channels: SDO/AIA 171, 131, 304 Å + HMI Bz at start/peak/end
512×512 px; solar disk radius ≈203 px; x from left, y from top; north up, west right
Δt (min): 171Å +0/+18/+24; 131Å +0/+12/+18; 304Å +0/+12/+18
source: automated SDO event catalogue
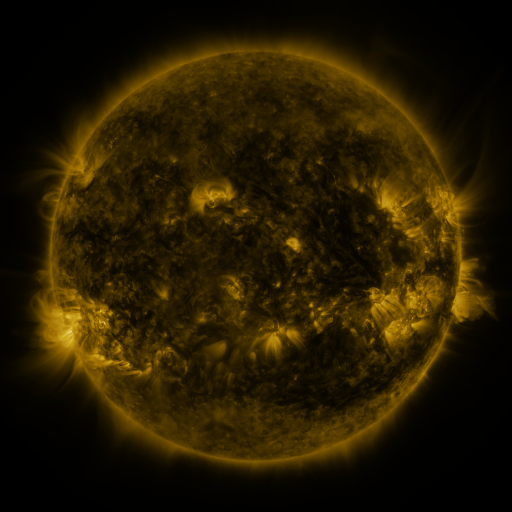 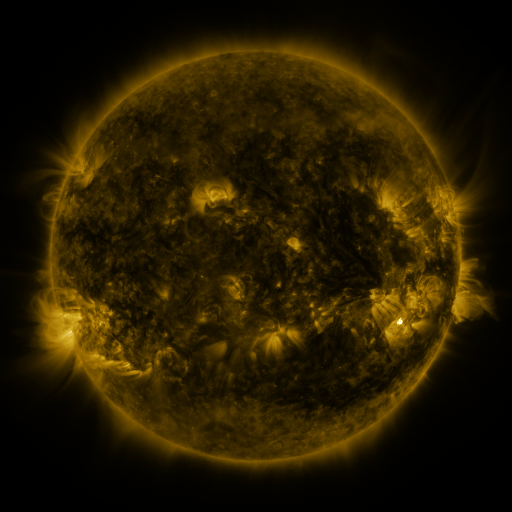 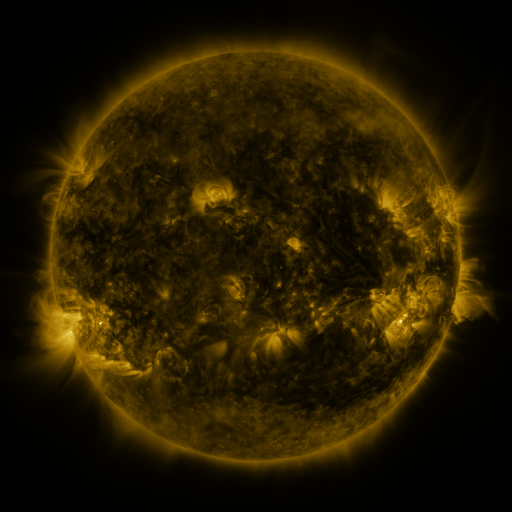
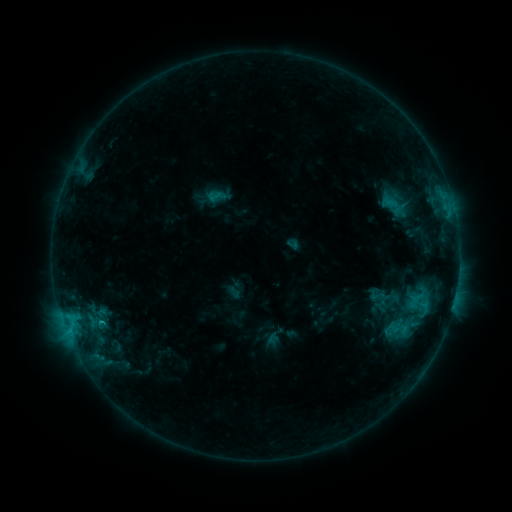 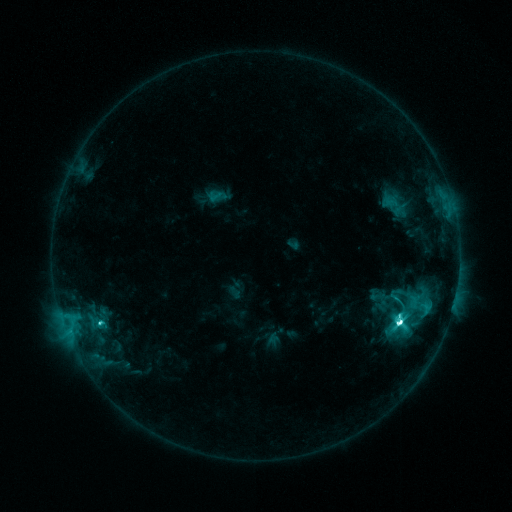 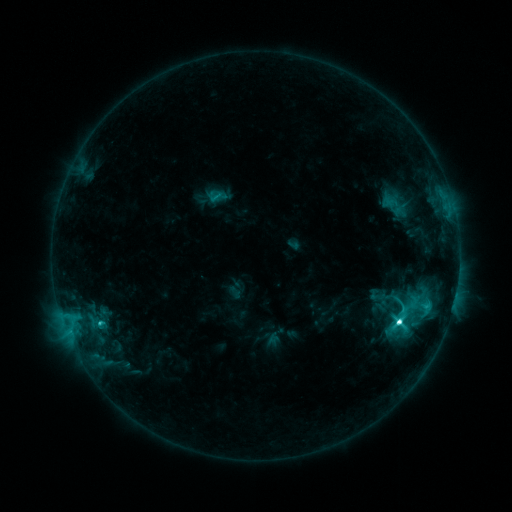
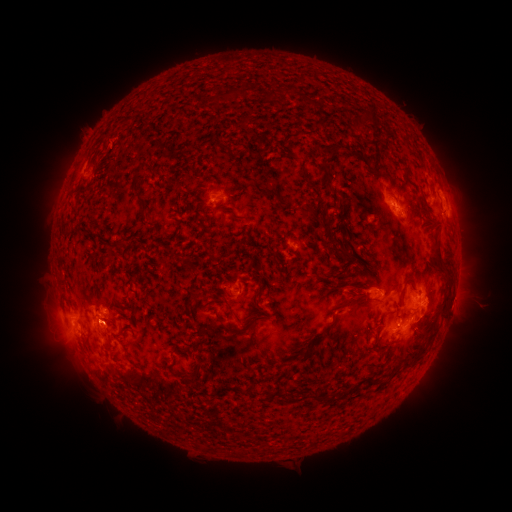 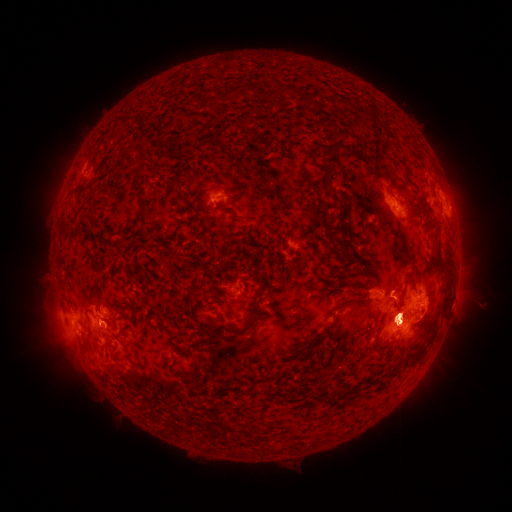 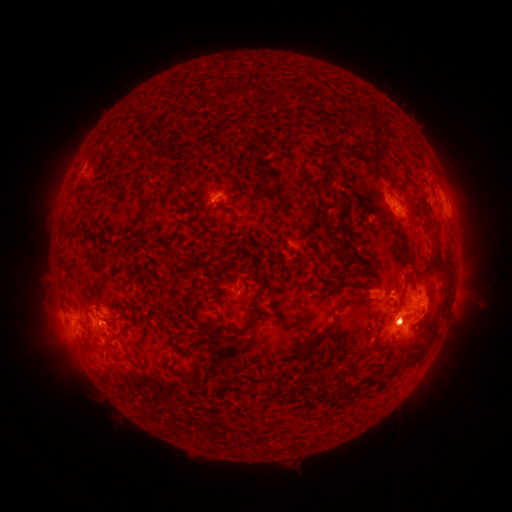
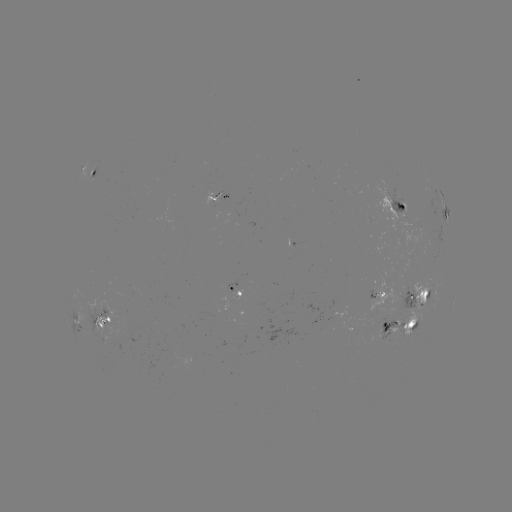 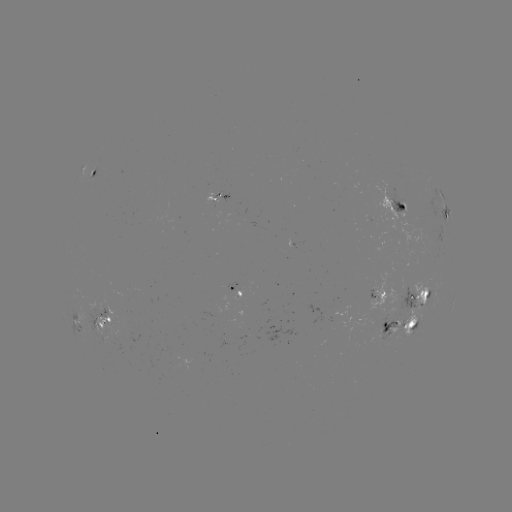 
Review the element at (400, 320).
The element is M1.8 flare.